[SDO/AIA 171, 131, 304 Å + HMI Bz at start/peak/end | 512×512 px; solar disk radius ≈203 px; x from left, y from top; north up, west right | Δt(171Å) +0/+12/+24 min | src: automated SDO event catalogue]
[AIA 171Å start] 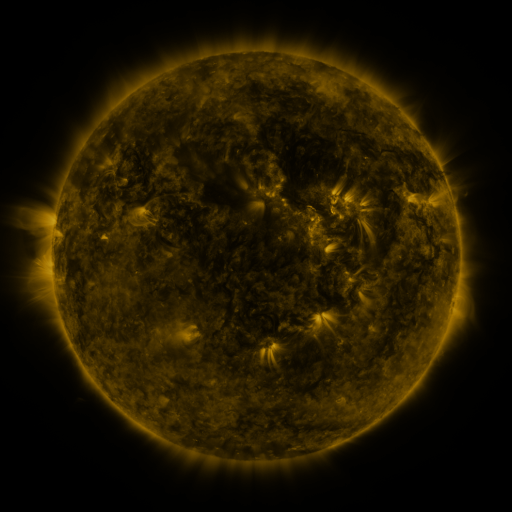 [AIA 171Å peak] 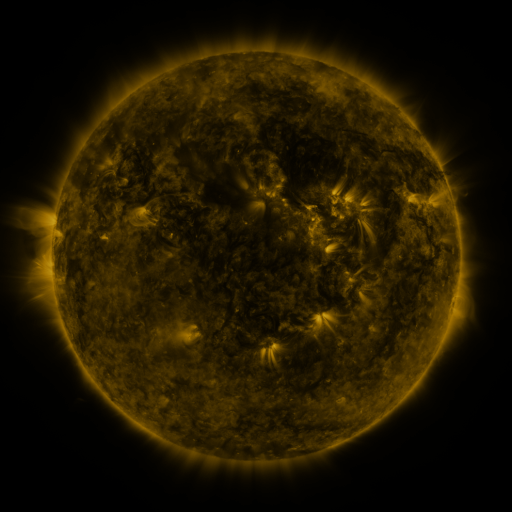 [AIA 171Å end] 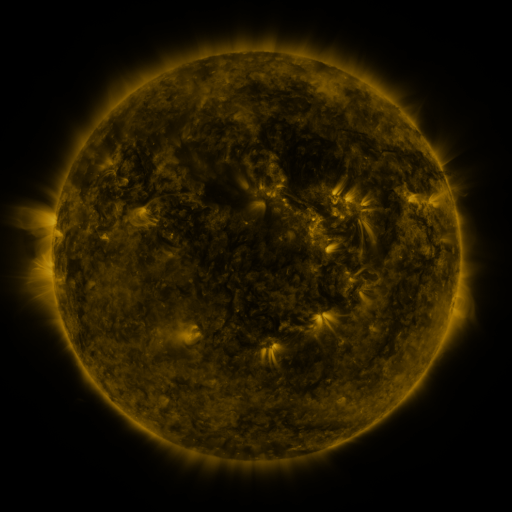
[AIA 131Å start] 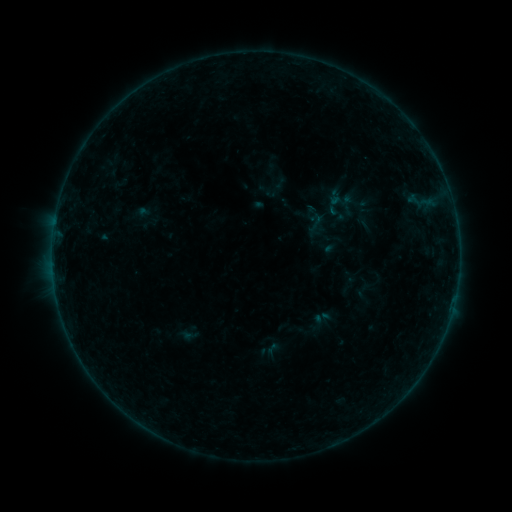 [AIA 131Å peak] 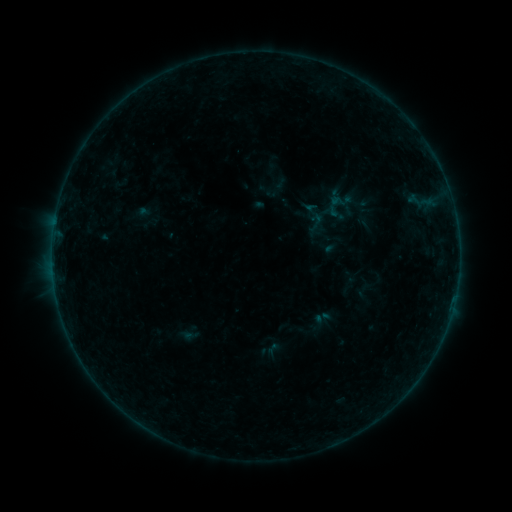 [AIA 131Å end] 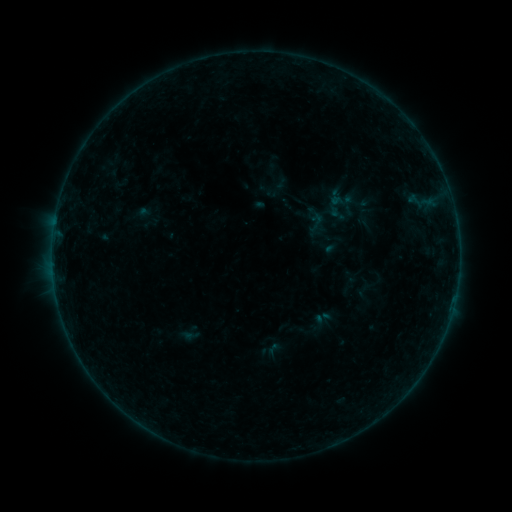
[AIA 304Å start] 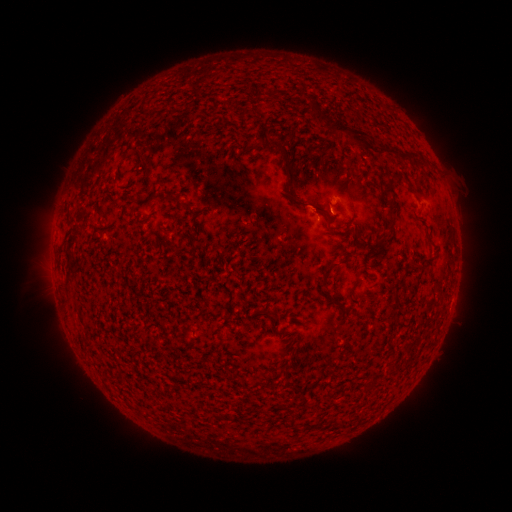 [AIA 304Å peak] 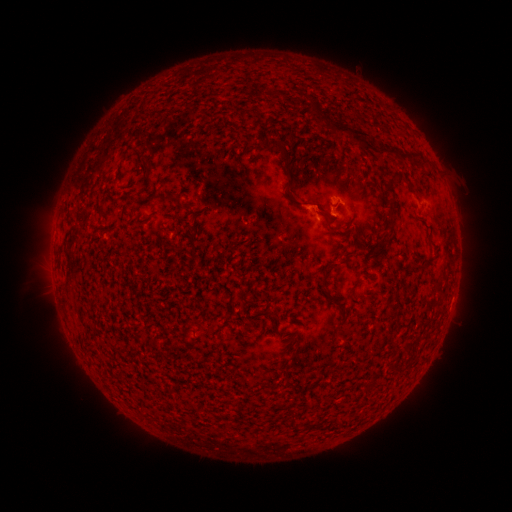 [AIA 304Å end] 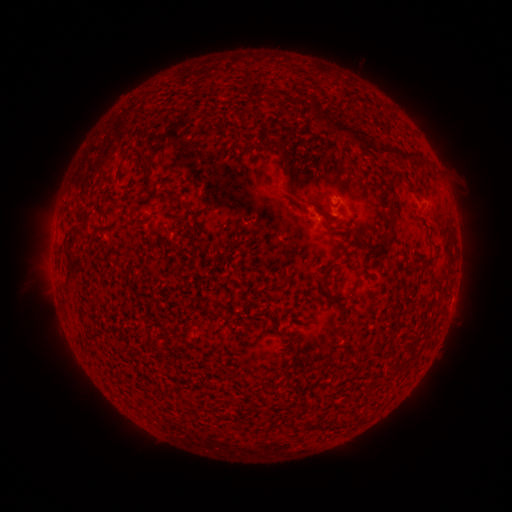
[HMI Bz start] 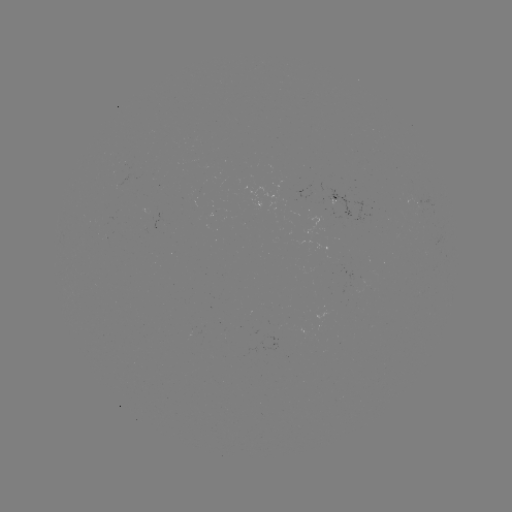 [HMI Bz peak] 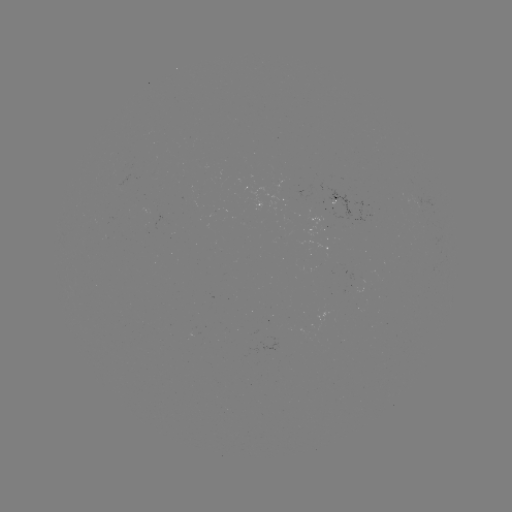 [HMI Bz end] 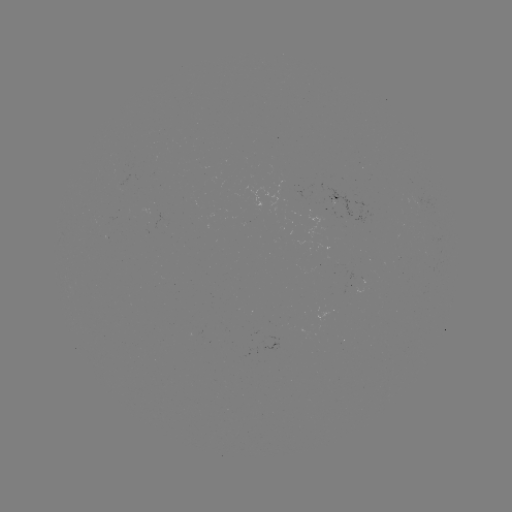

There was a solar flare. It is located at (324, 214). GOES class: B2.3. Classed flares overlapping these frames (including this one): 1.